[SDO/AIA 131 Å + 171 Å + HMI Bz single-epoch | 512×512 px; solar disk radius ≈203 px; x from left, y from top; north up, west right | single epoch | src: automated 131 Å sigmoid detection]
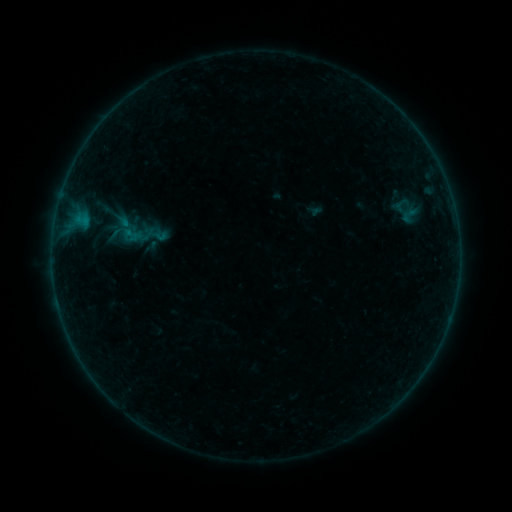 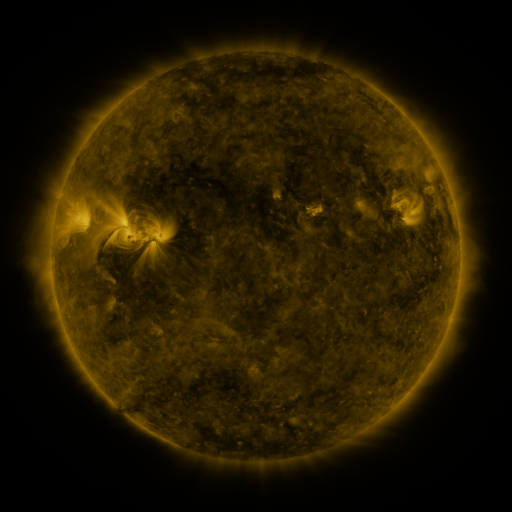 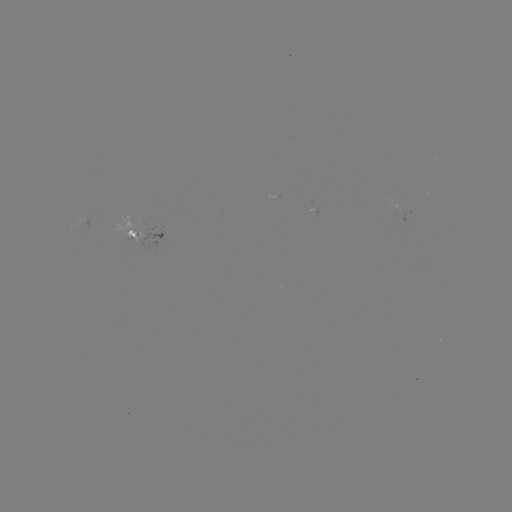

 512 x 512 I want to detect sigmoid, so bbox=[396, 205, 422, 225].